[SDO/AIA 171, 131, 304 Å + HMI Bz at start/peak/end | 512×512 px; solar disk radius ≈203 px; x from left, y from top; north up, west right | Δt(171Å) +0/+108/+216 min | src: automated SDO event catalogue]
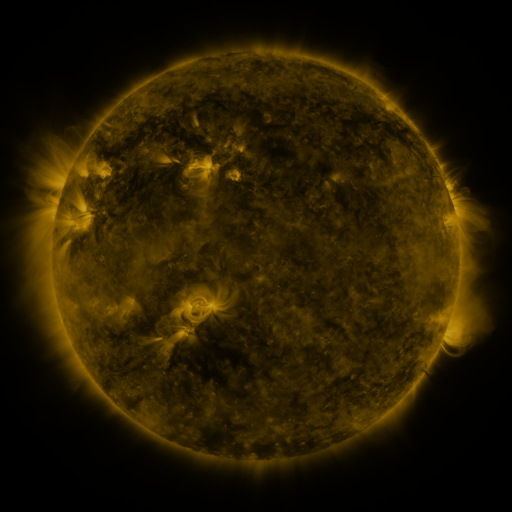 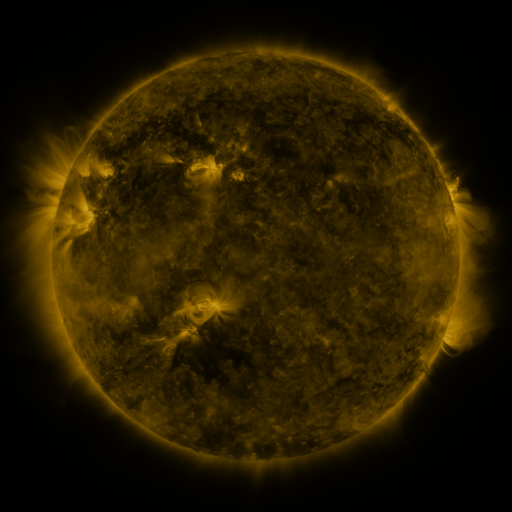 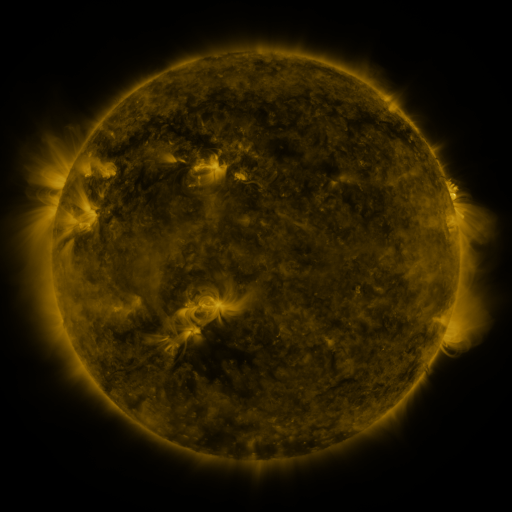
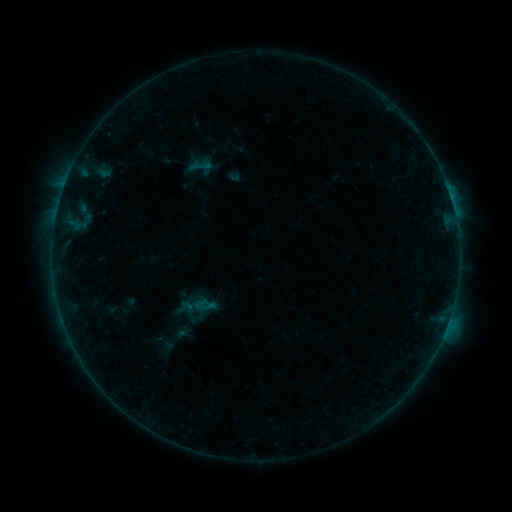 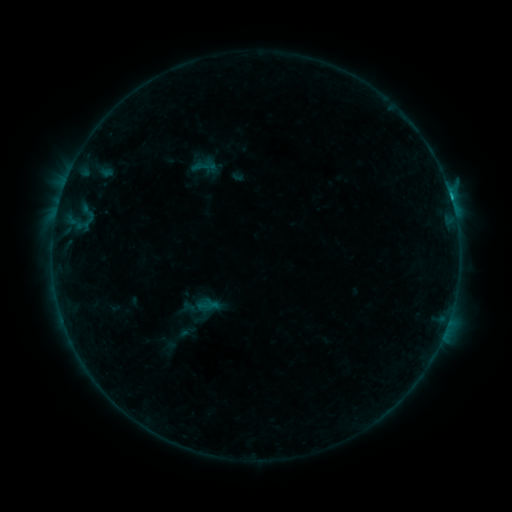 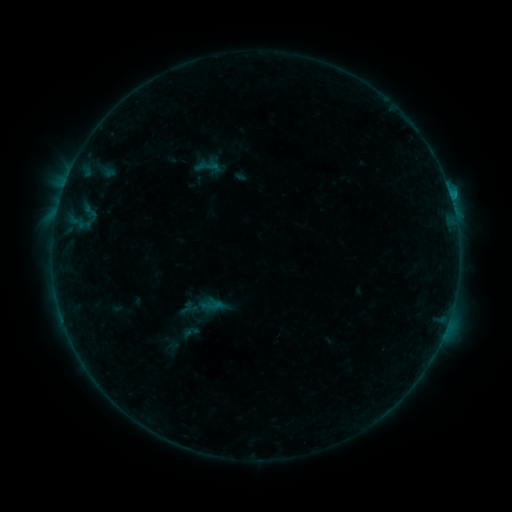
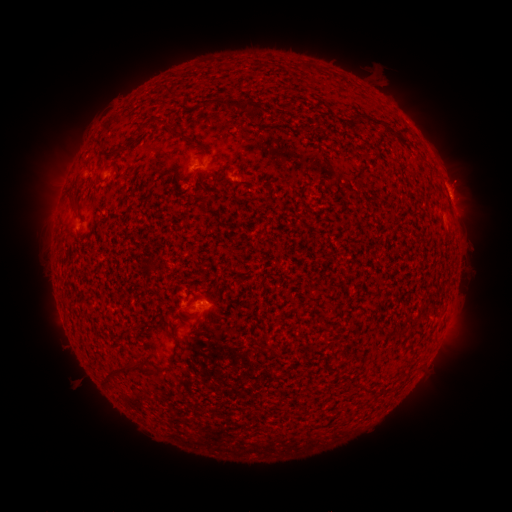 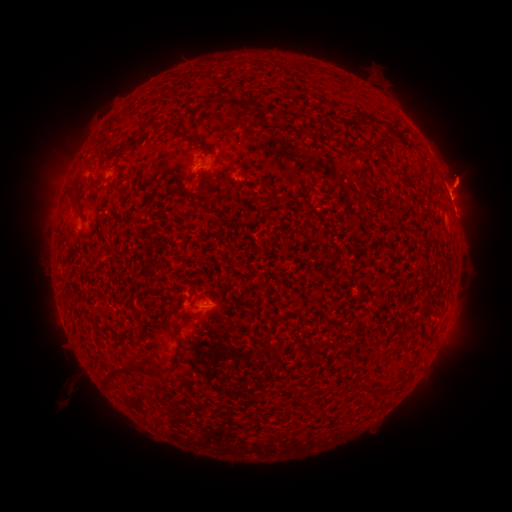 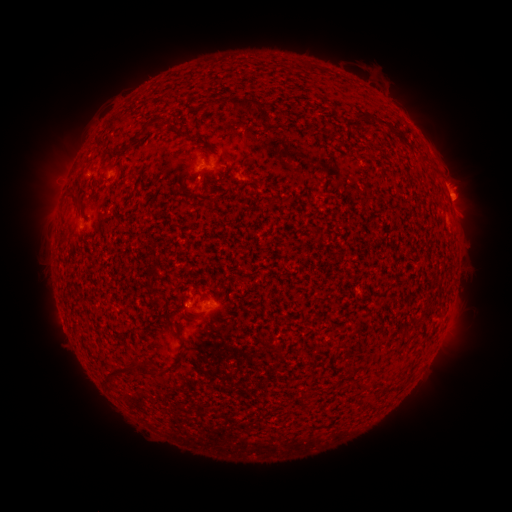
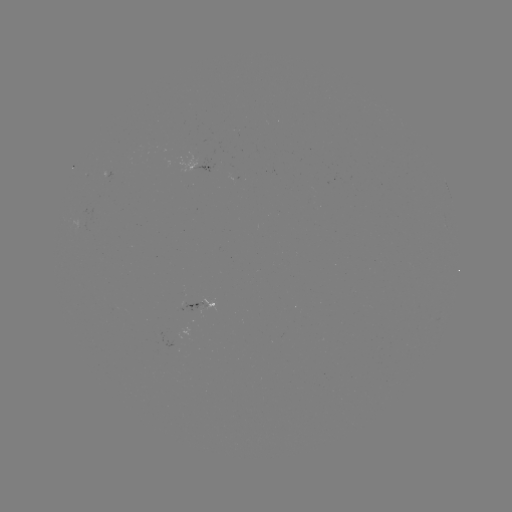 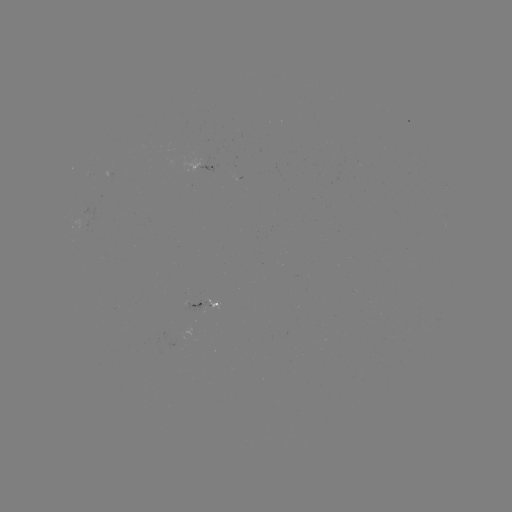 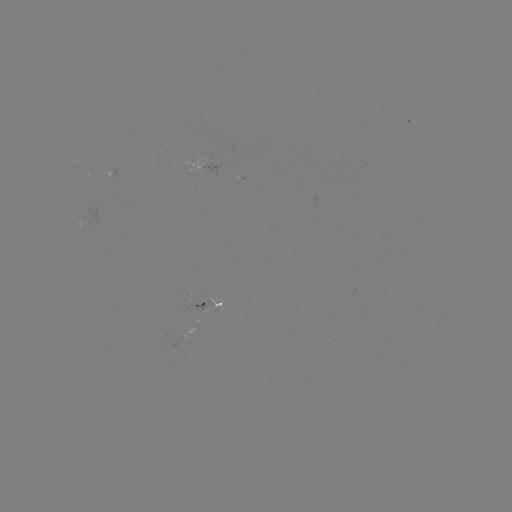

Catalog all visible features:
filament eruption: (67, 391)
